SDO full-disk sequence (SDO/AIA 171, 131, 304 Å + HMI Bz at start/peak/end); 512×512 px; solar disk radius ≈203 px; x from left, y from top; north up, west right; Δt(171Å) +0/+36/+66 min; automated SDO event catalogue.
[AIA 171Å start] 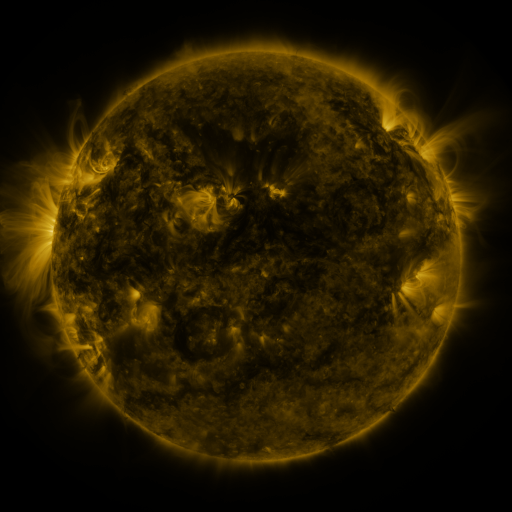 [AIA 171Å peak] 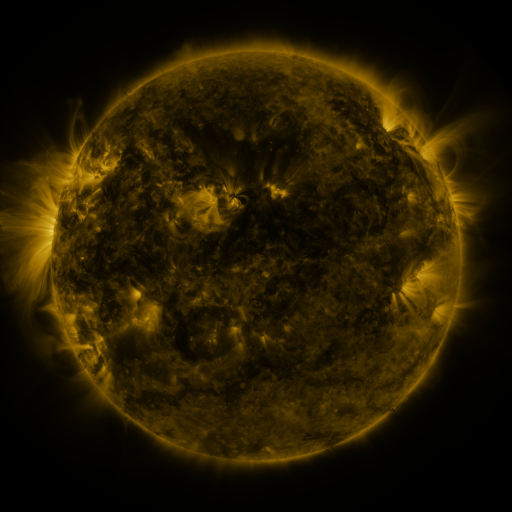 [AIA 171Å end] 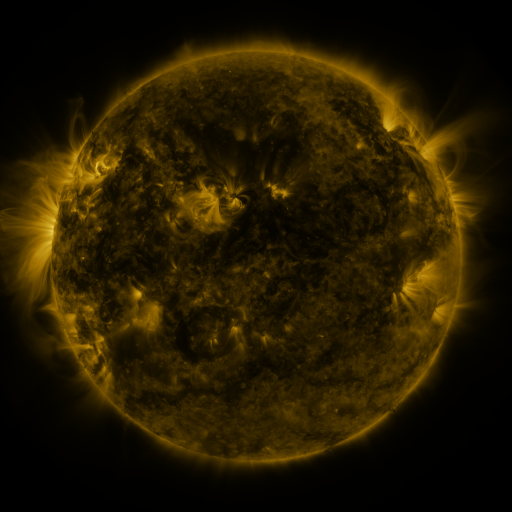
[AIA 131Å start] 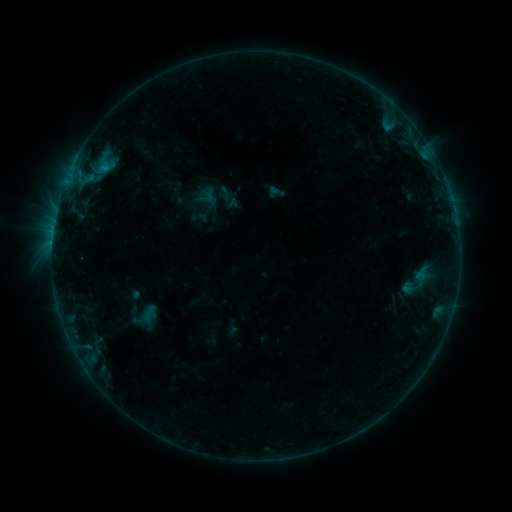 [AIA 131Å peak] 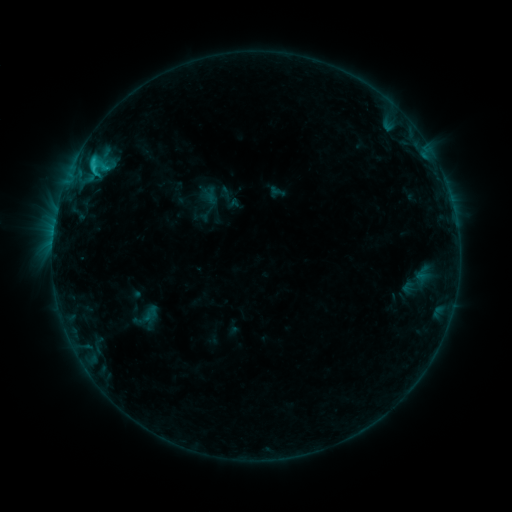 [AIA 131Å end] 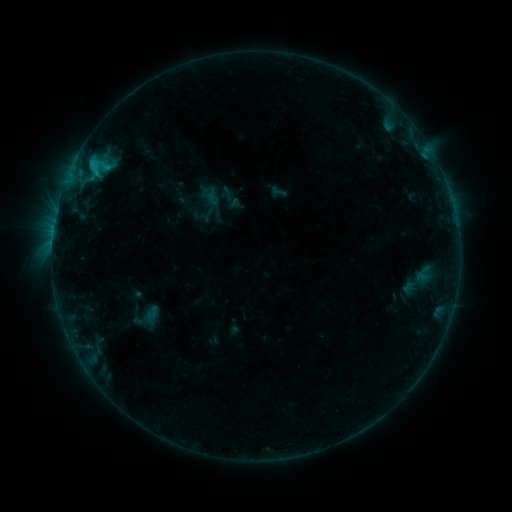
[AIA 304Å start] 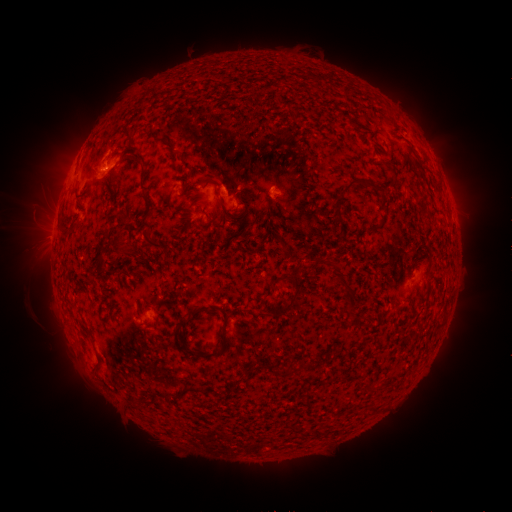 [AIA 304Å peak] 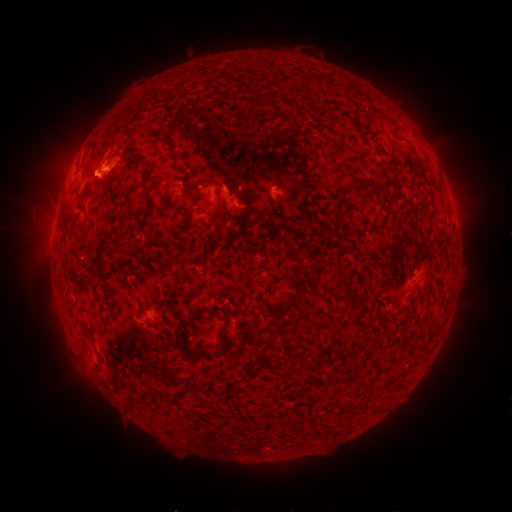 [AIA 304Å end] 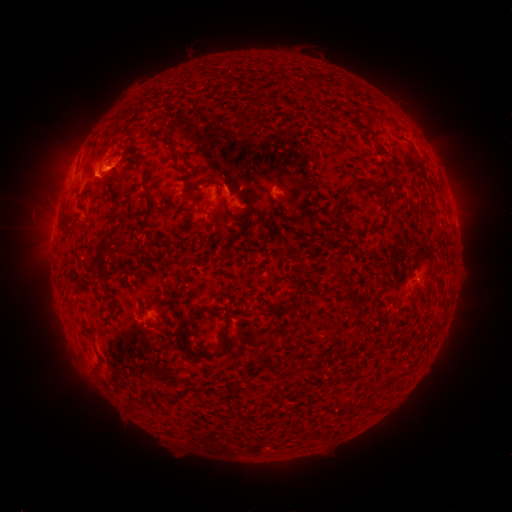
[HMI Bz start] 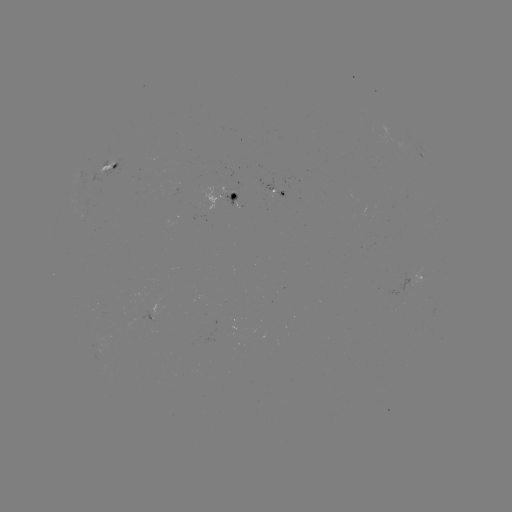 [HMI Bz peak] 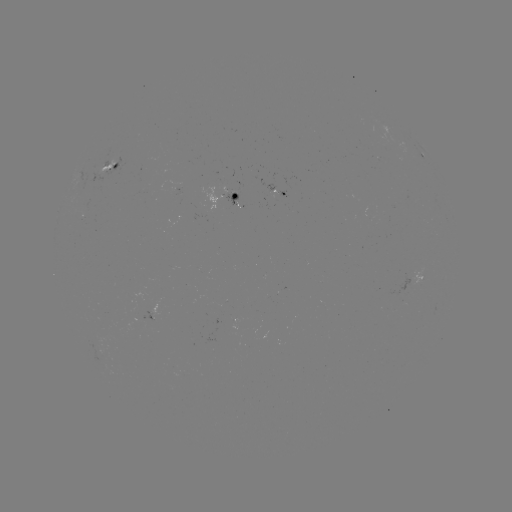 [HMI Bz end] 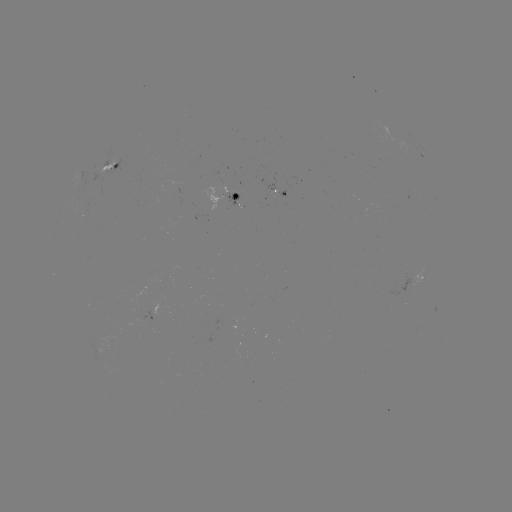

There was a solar flare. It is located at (94, 169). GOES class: C1.5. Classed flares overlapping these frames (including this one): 1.